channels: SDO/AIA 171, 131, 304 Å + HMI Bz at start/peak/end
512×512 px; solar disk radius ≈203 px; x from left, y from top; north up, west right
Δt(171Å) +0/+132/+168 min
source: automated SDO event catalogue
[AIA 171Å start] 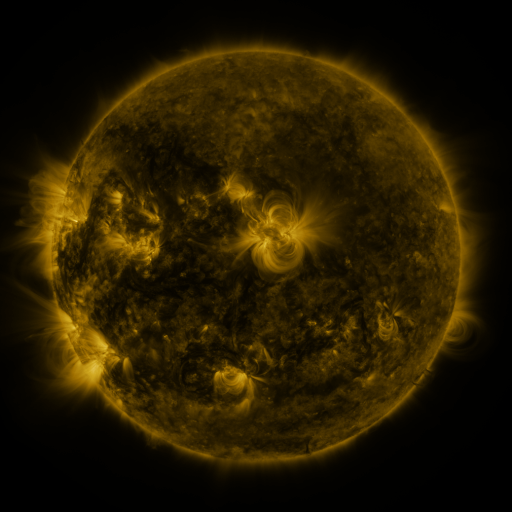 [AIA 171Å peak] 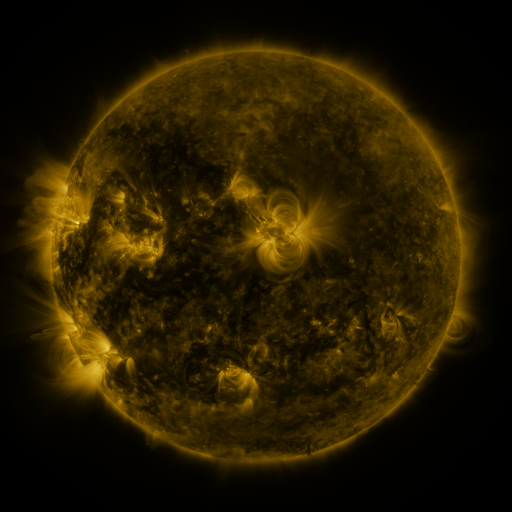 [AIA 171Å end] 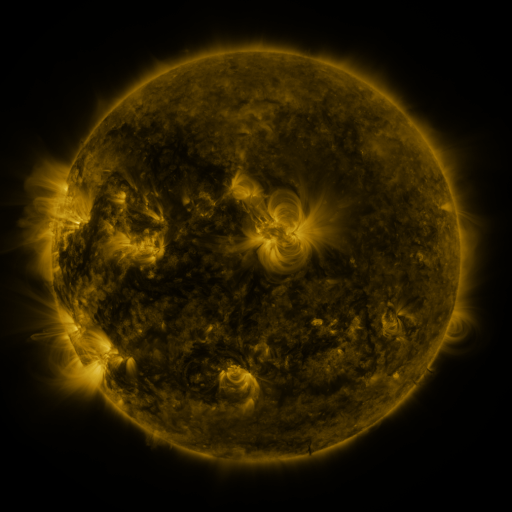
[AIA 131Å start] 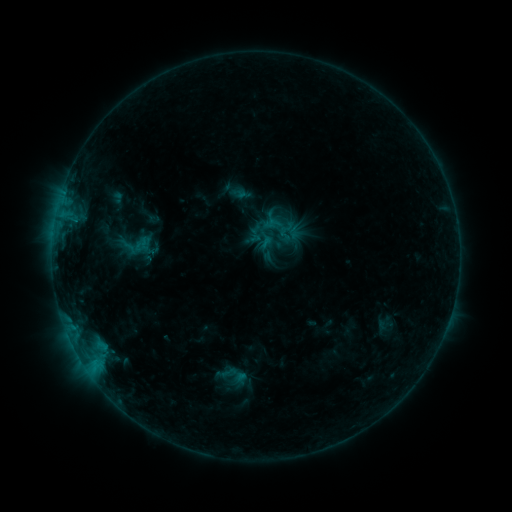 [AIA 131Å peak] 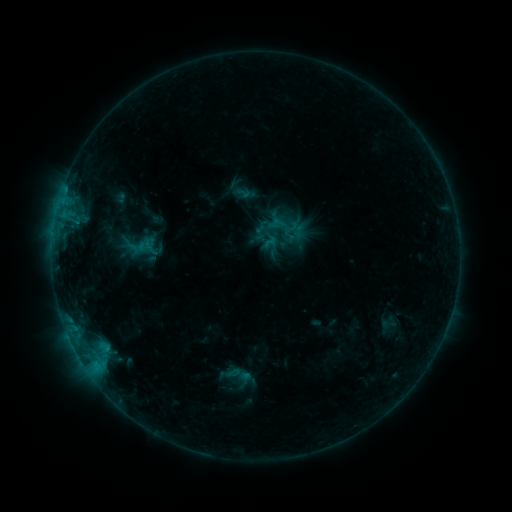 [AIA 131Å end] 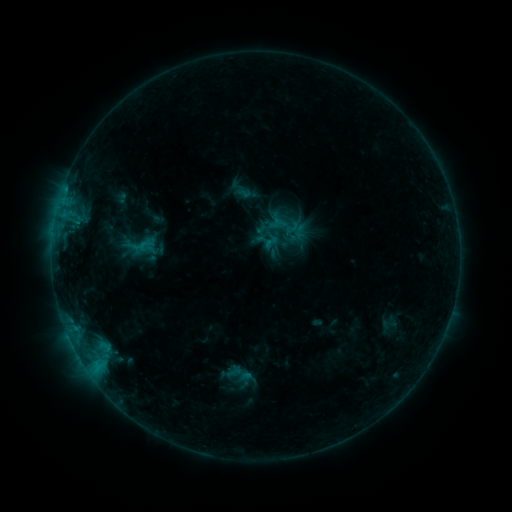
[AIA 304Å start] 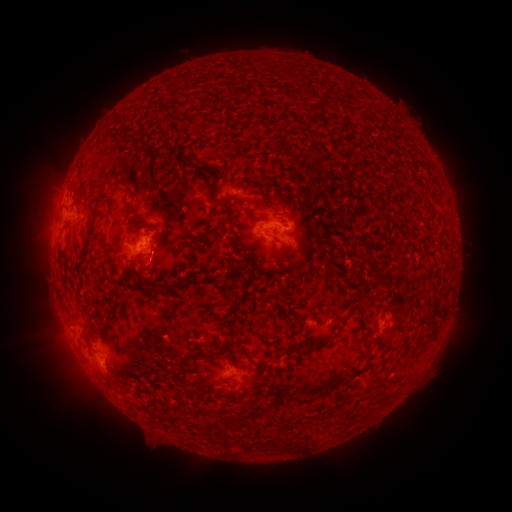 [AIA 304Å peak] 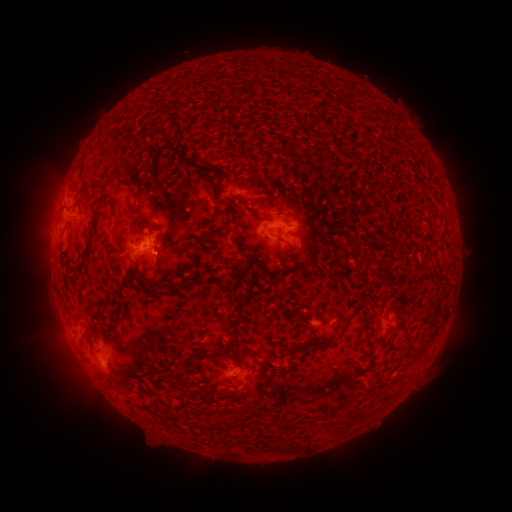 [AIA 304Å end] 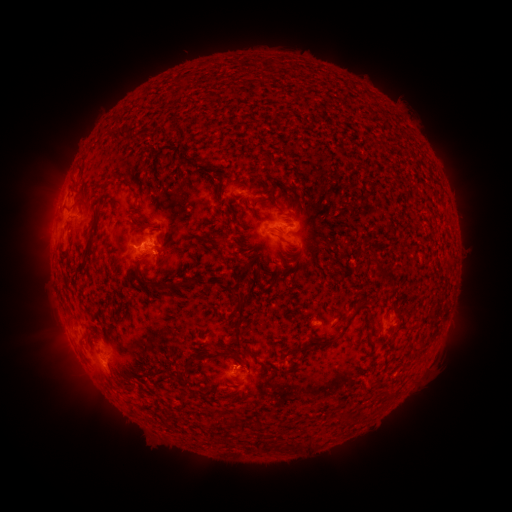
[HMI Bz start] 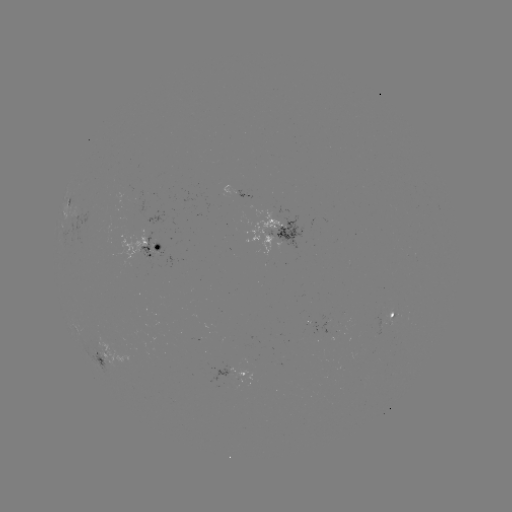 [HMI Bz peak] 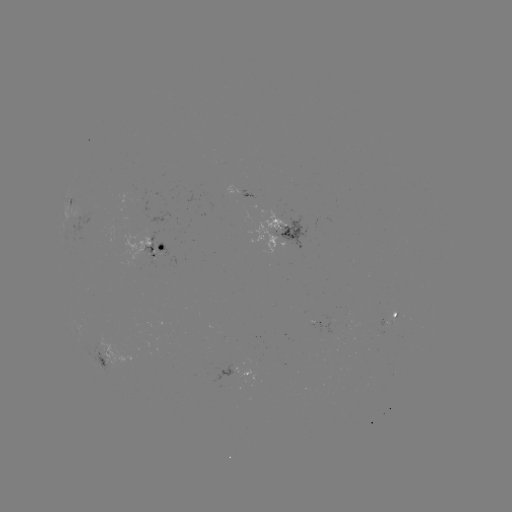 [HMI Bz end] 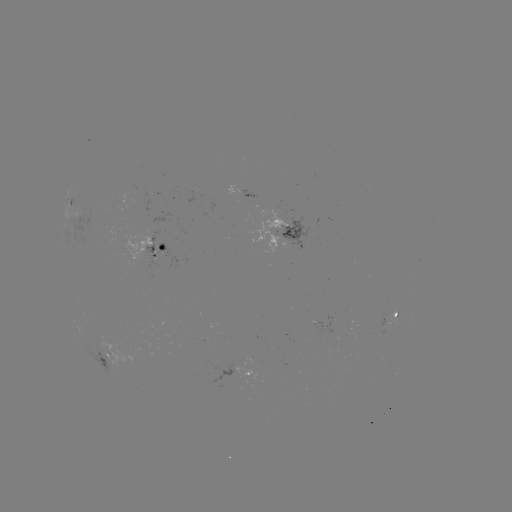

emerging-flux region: <bbox>376, 313, 386, 327</bbox>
